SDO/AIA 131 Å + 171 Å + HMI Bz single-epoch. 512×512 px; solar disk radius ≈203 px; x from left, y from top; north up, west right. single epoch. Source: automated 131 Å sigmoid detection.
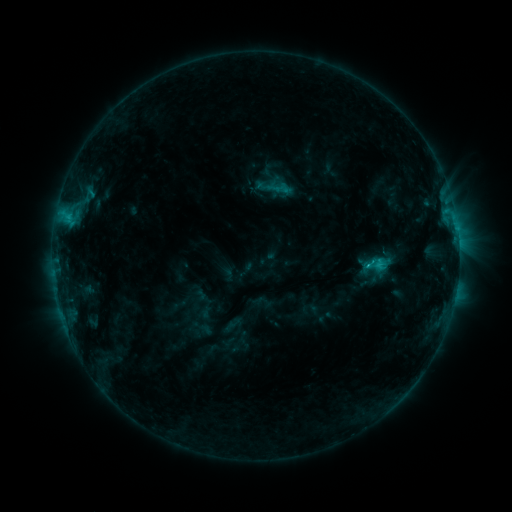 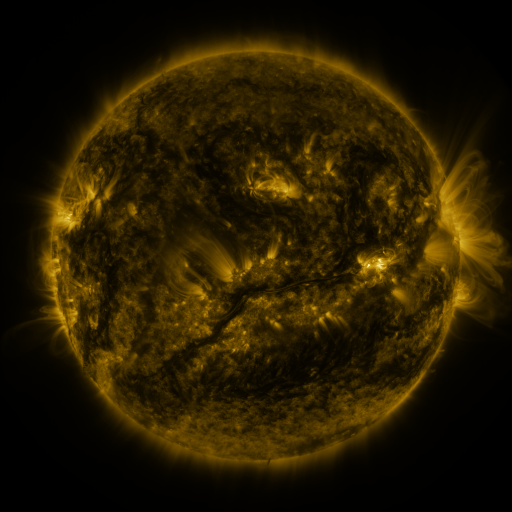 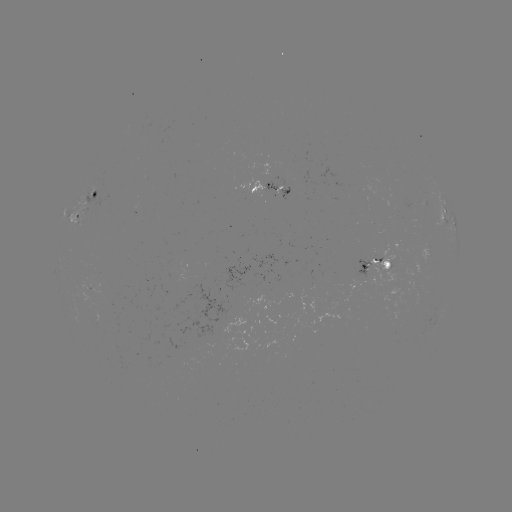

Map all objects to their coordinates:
sigmoid: [272, 180, 291, 199]
sigmoid: [361, 249, 390, 284]
